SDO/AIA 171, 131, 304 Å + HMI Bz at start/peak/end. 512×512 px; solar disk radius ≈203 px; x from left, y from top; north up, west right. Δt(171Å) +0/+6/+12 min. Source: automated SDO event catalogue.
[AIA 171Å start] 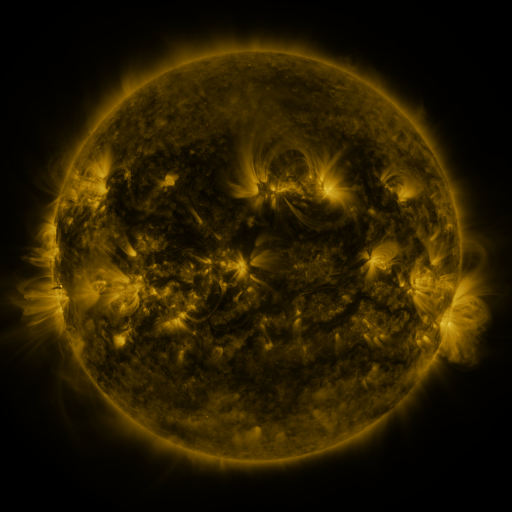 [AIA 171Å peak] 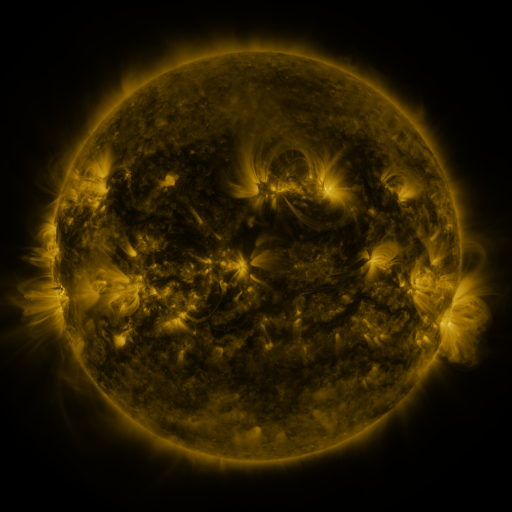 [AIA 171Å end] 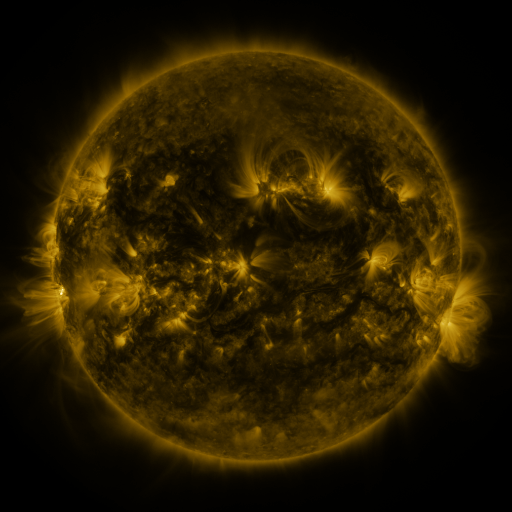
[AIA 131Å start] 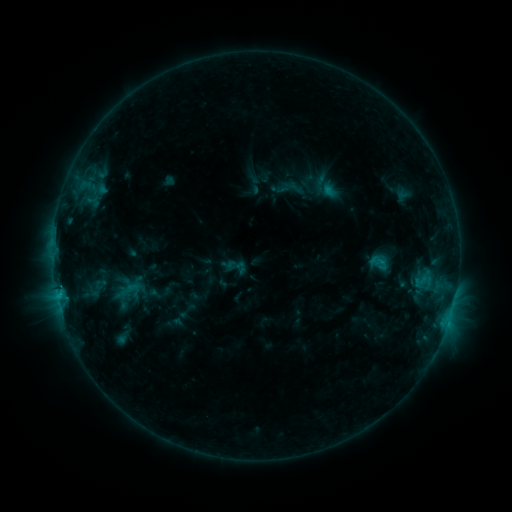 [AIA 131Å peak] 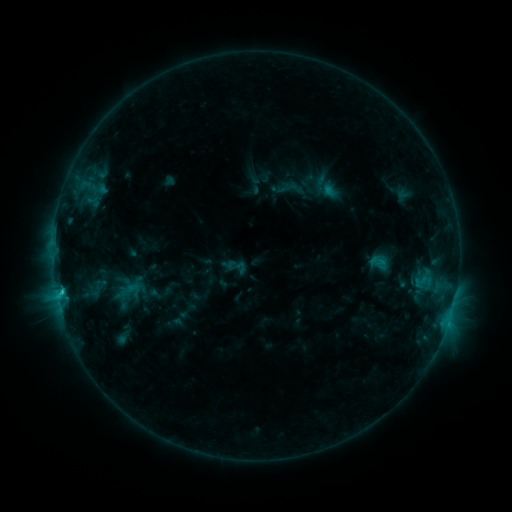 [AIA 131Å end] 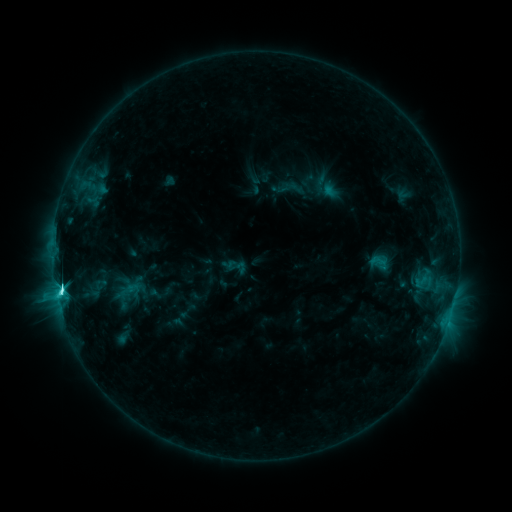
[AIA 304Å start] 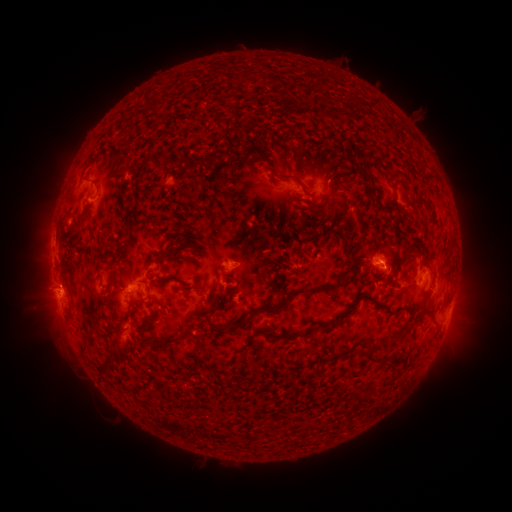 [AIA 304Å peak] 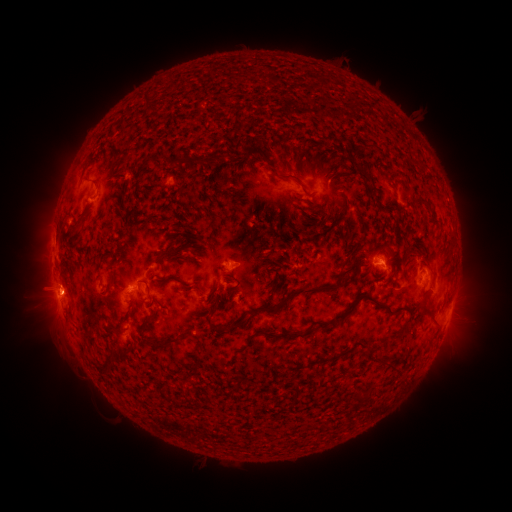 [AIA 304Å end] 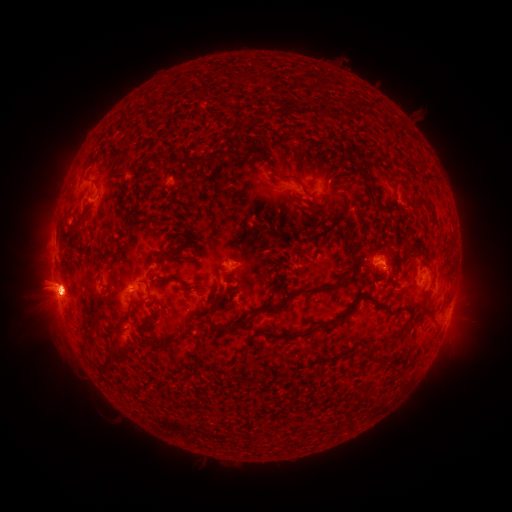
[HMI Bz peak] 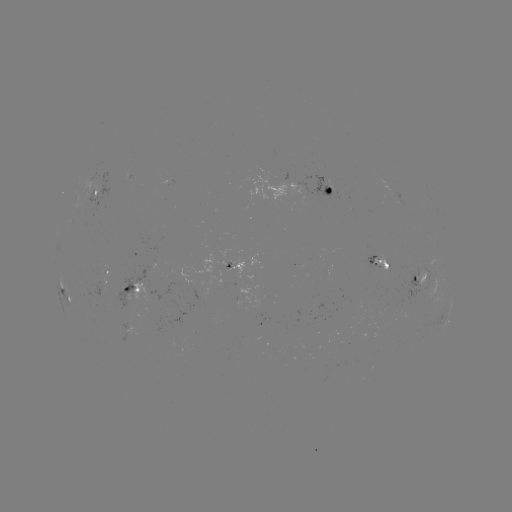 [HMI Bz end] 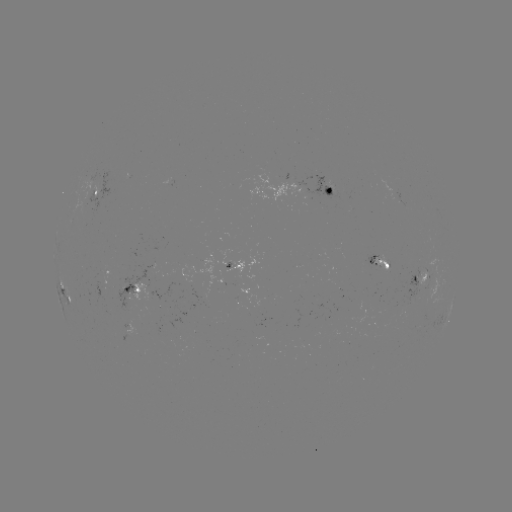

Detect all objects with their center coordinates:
eruption: (52, 295)
